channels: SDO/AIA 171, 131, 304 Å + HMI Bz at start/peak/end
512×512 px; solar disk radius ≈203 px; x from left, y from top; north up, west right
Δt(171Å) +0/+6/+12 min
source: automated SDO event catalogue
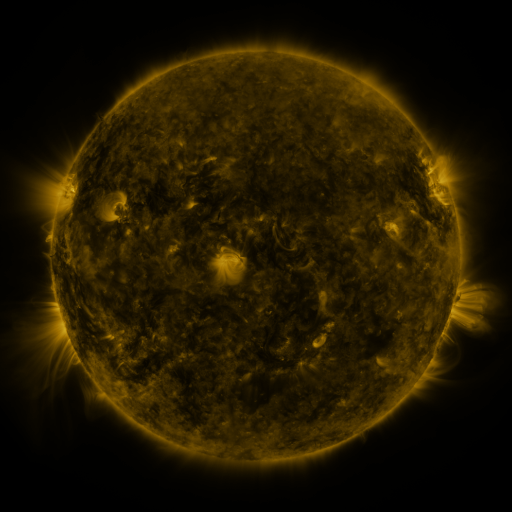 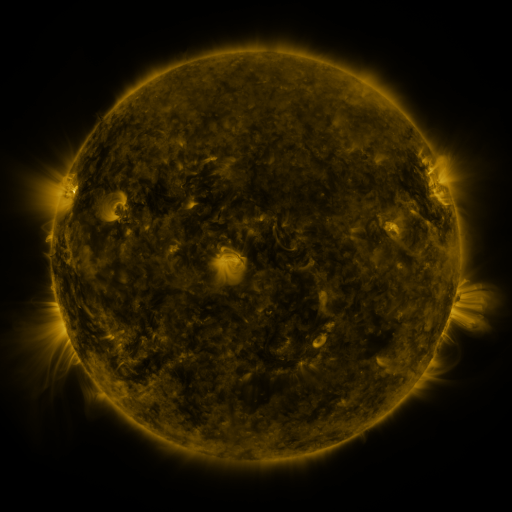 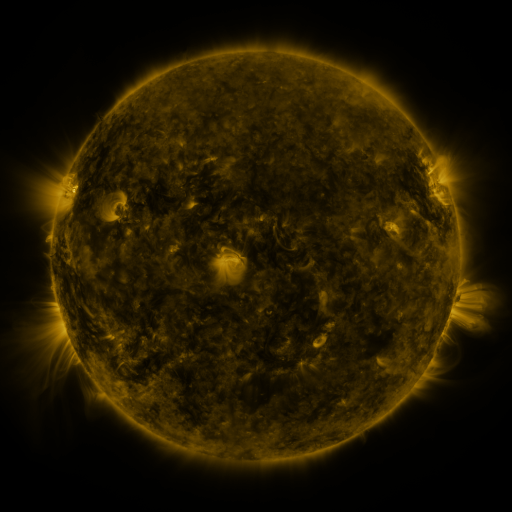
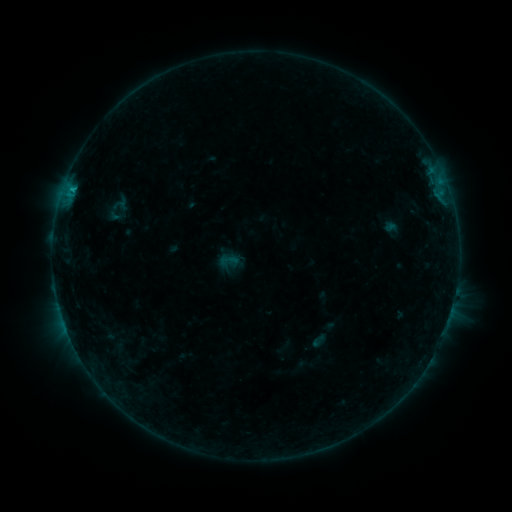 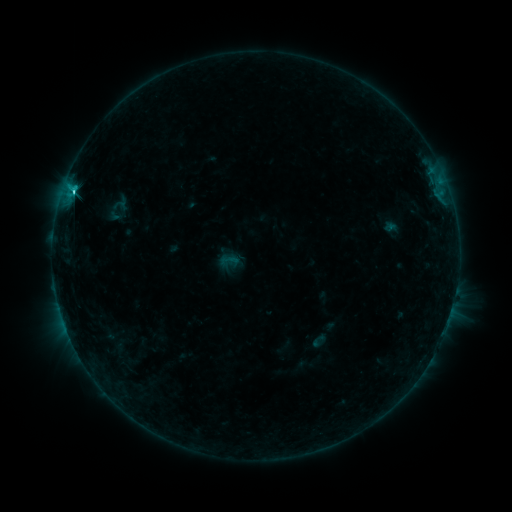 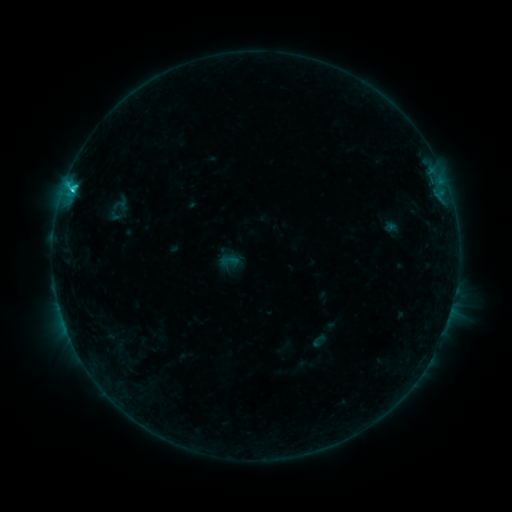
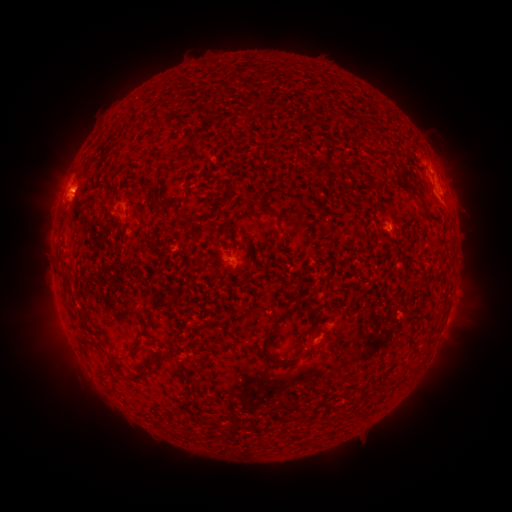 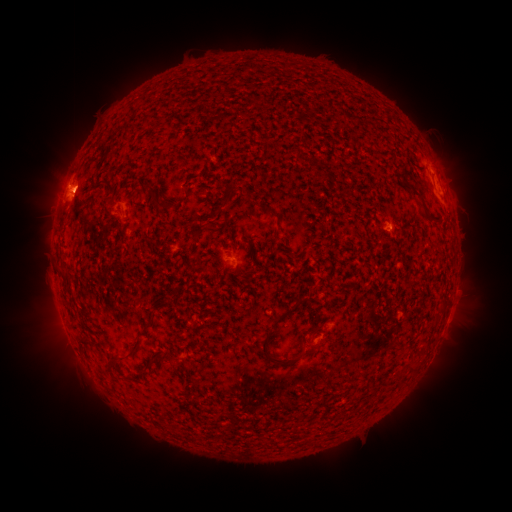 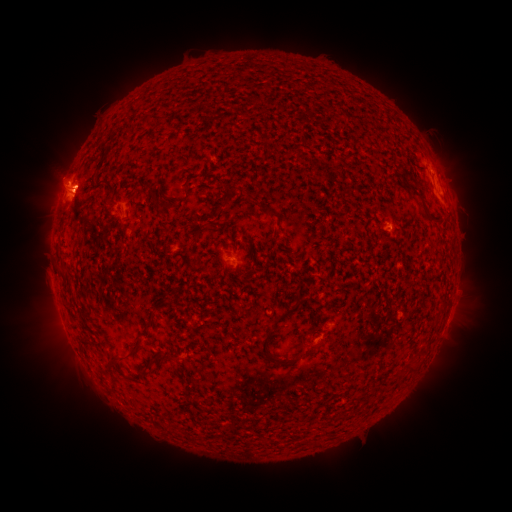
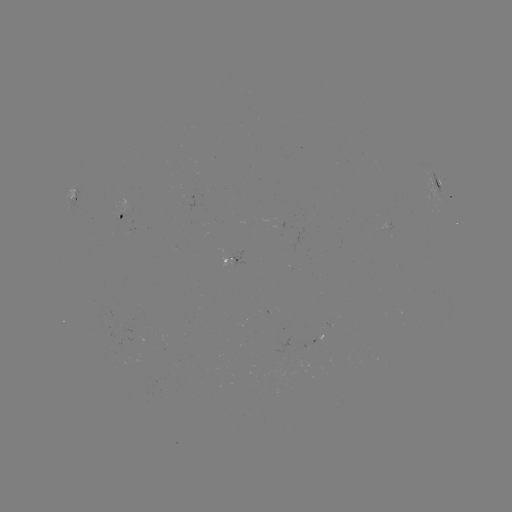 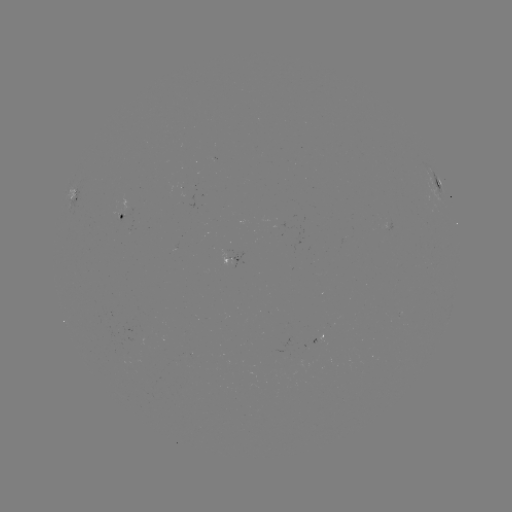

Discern eruption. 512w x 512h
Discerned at (66, 182).